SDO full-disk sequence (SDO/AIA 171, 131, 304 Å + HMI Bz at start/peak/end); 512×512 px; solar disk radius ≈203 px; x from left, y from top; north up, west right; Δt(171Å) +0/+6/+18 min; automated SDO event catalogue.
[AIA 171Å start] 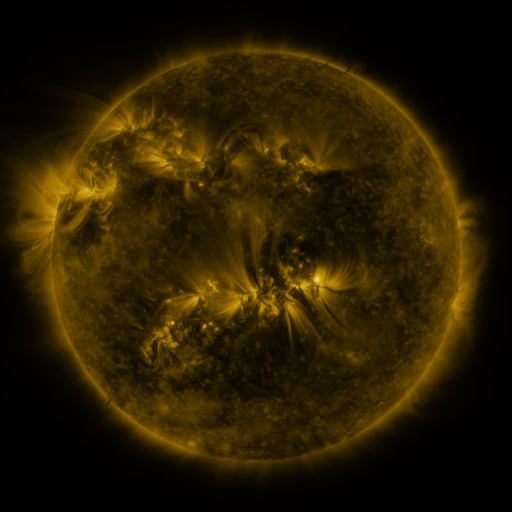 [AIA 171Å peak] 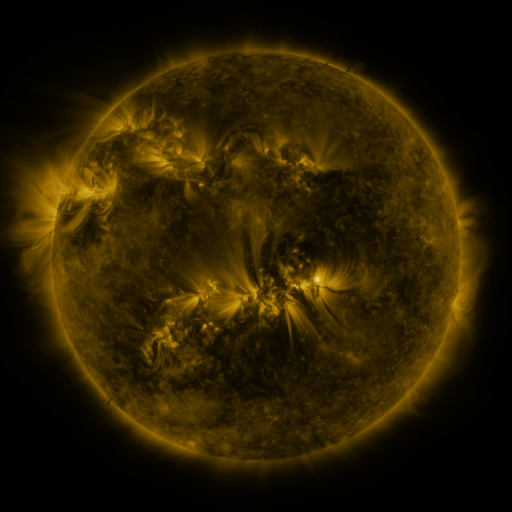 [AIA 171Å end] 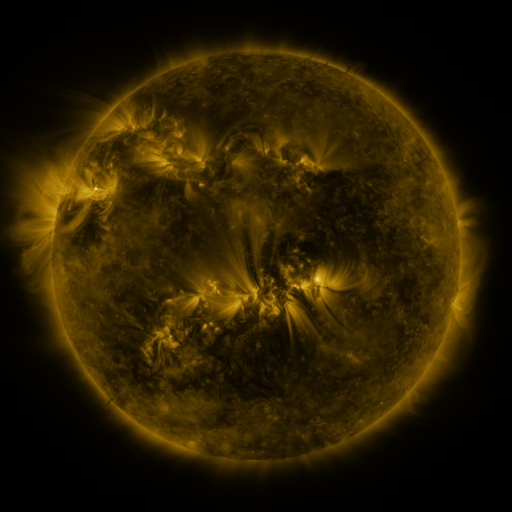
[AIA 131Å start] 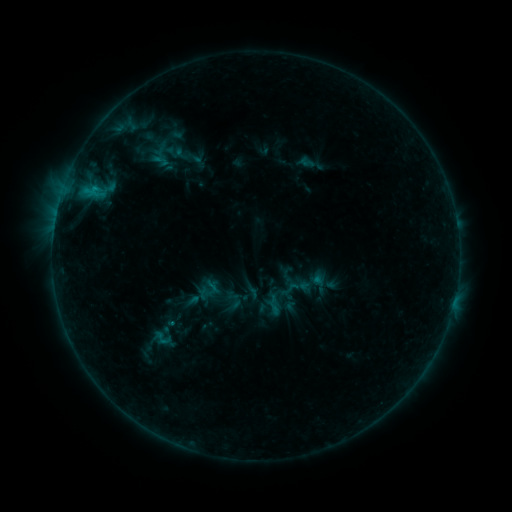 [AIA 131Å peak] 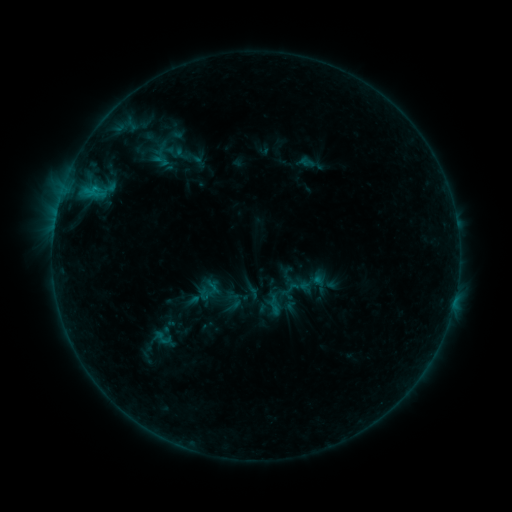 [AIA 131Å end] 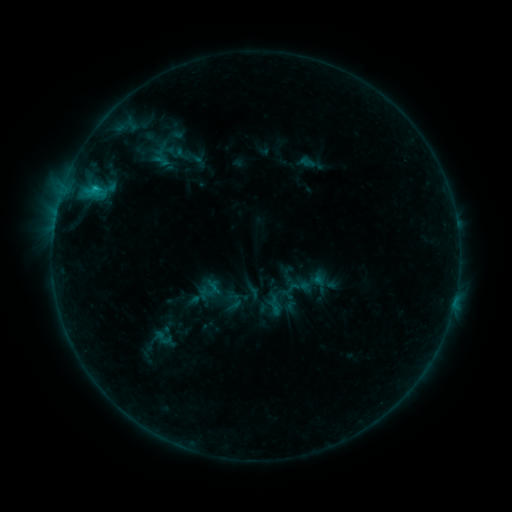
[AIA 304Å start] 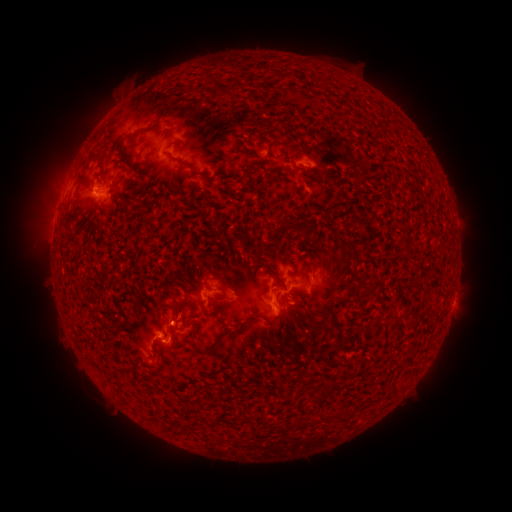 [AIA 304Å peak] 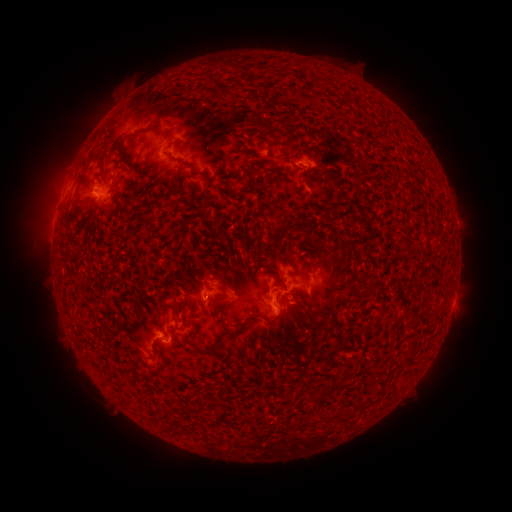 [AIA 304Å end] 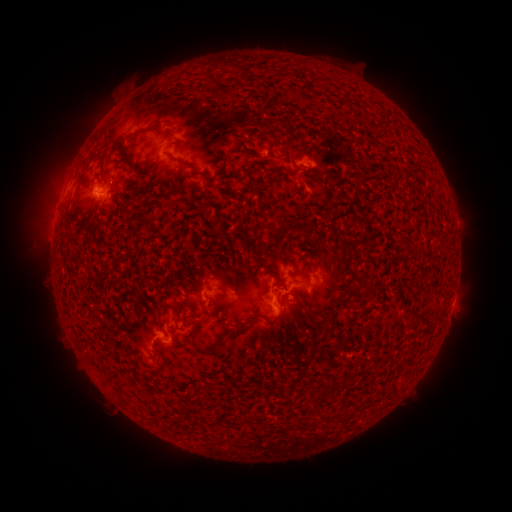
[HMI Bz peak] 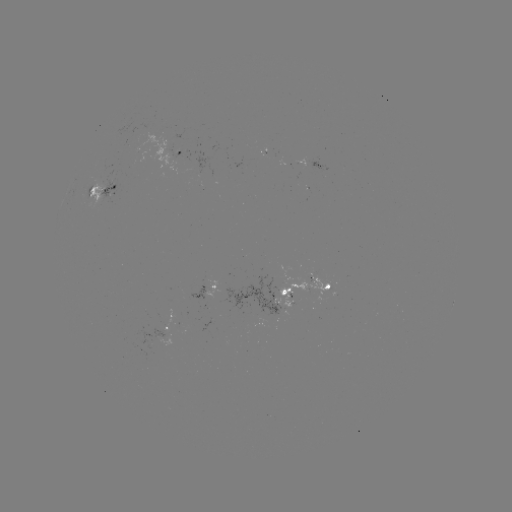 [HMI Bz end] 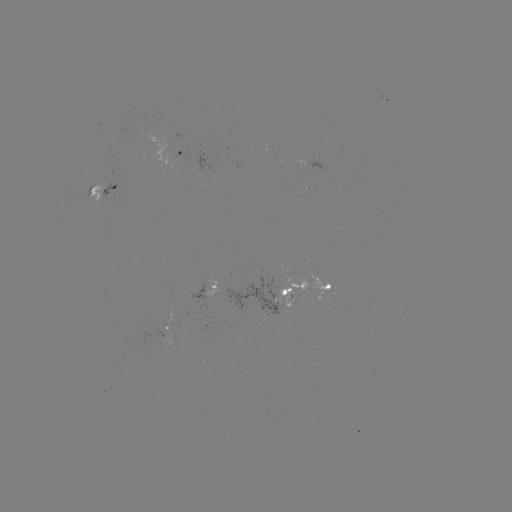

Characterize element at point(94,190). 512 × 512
C1.1 flare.